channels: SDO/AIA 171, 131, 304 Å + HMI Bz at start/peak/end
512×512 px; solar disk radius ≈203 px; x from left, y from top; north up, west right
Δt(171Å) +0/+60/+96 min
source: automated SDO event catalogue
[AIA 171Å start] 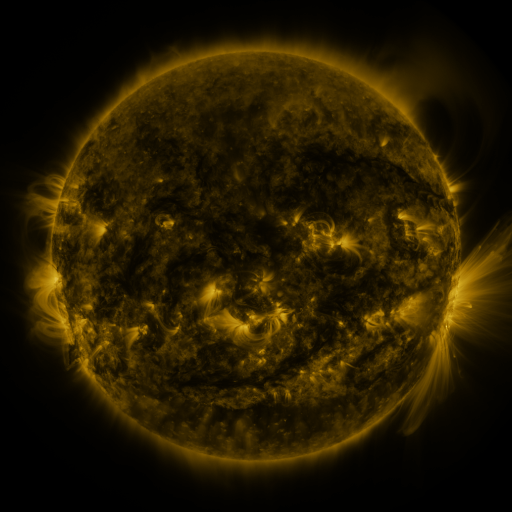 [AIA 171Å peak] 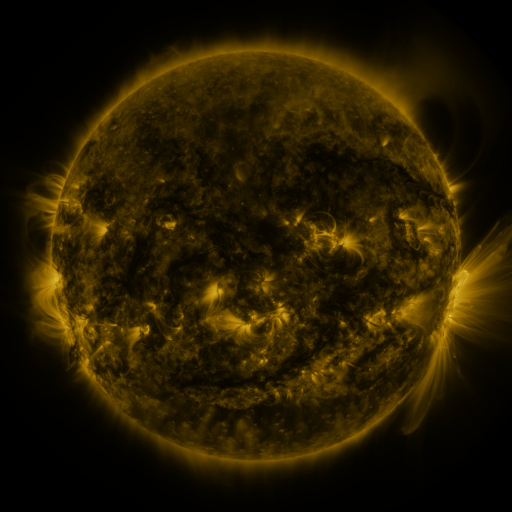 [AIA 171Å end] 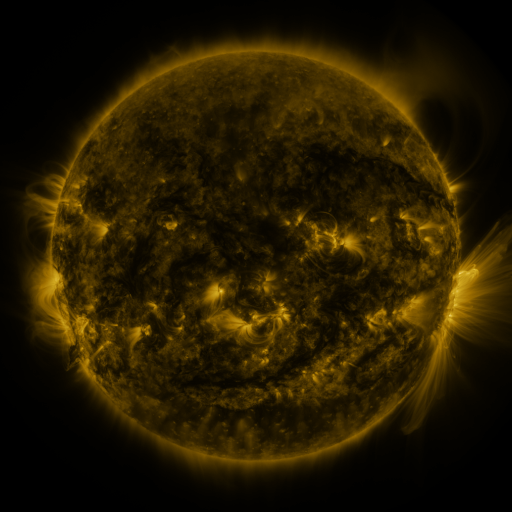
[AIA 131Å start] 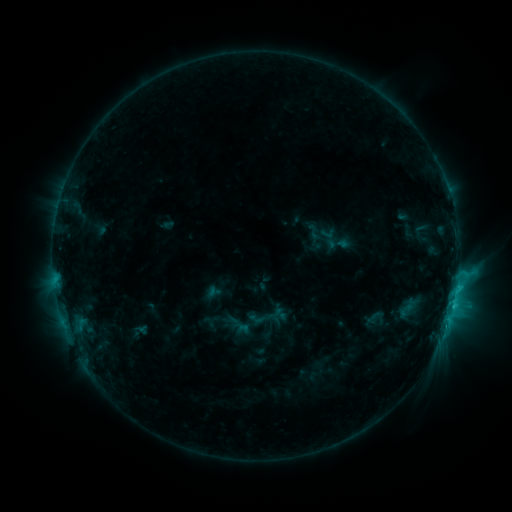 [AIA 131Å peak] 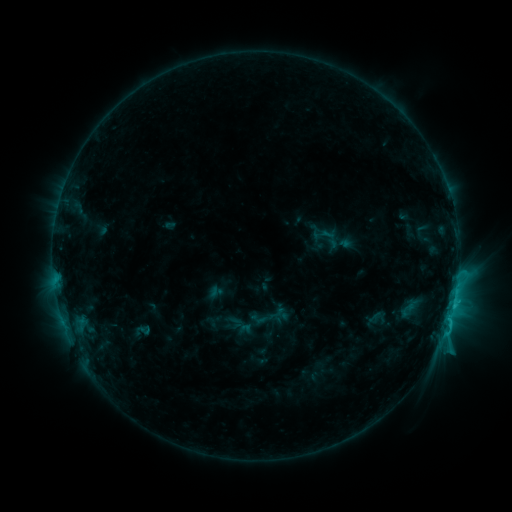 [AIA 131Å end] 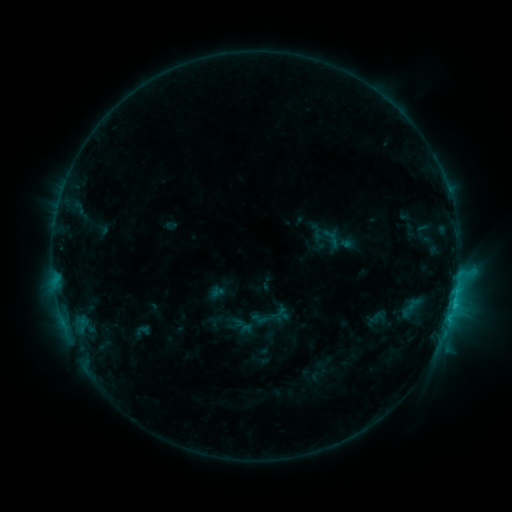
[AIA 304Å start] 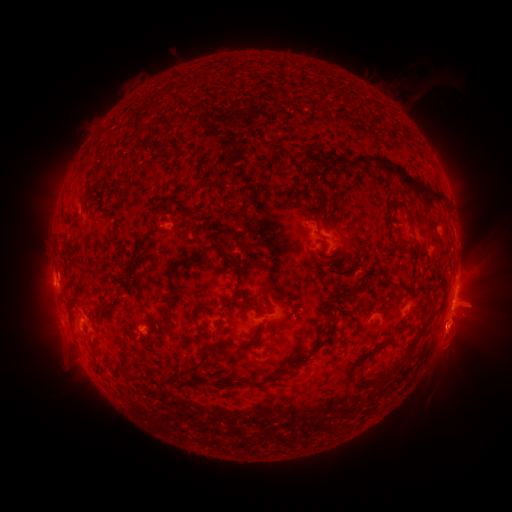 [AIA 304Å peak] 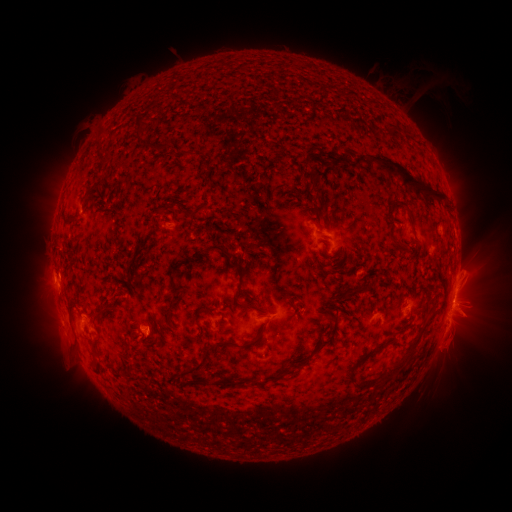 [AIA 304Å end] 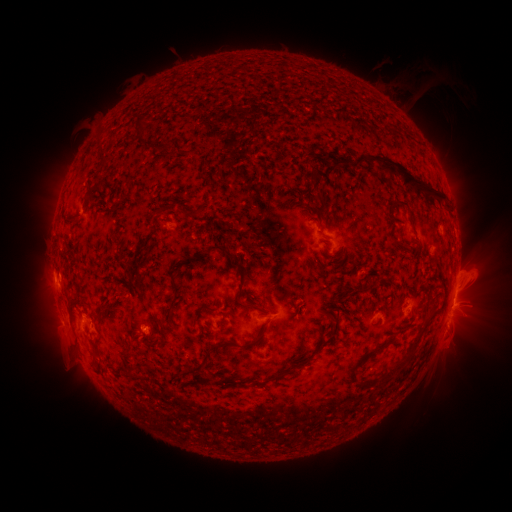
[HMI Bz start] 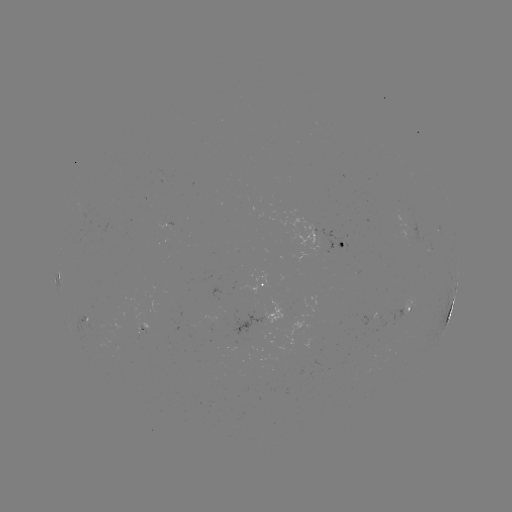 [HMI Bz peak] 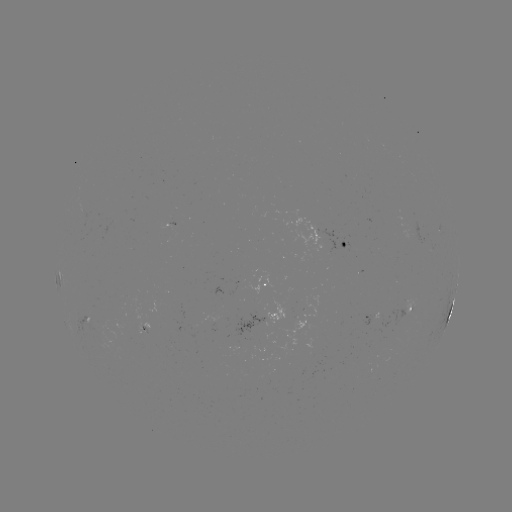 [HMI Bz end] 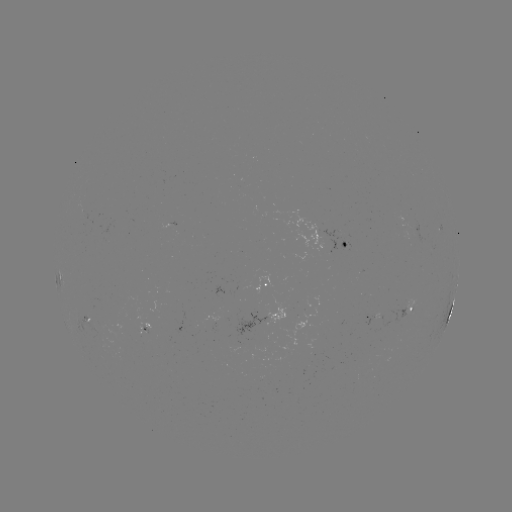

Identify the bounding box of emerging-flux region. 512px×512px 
[230, 312, 272, 336].